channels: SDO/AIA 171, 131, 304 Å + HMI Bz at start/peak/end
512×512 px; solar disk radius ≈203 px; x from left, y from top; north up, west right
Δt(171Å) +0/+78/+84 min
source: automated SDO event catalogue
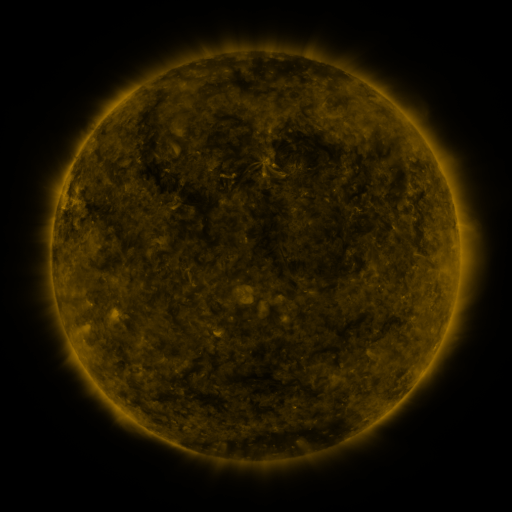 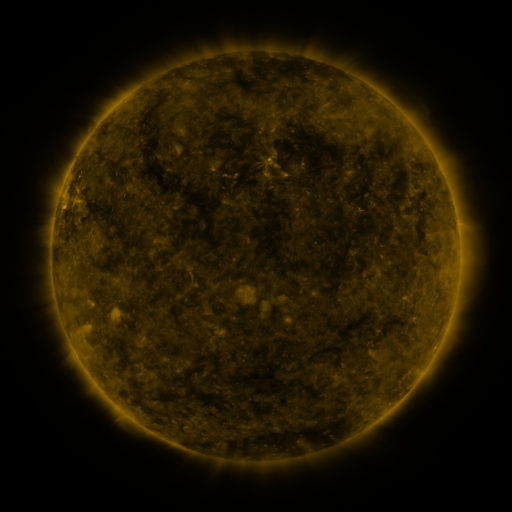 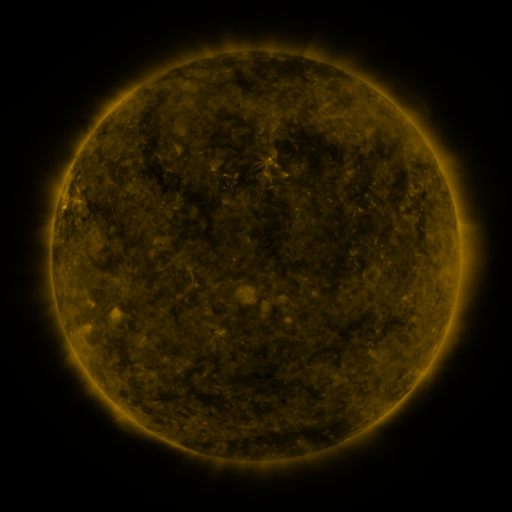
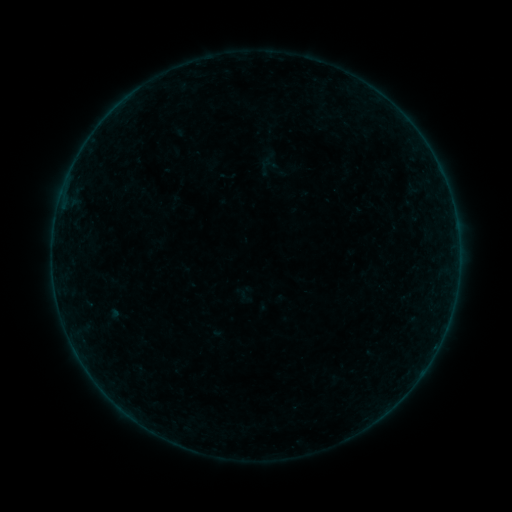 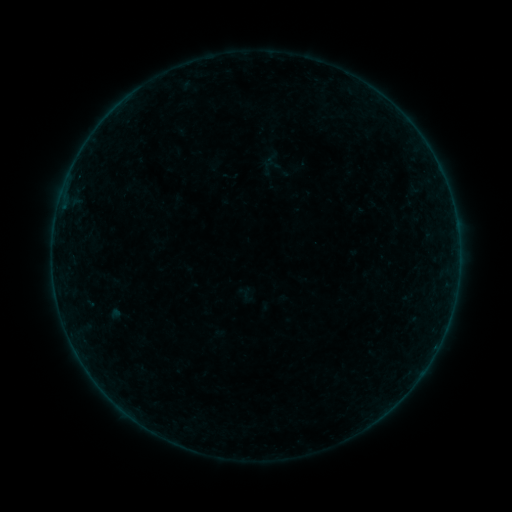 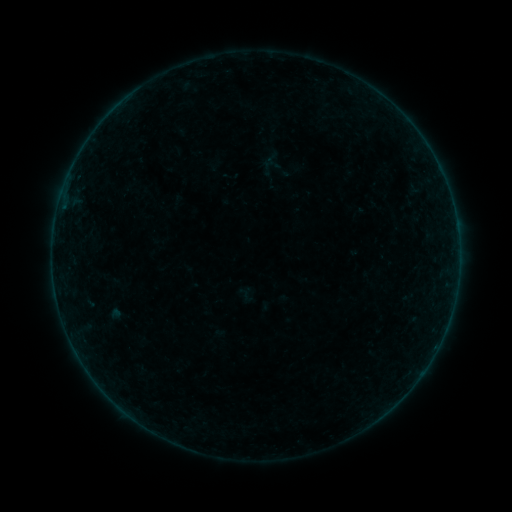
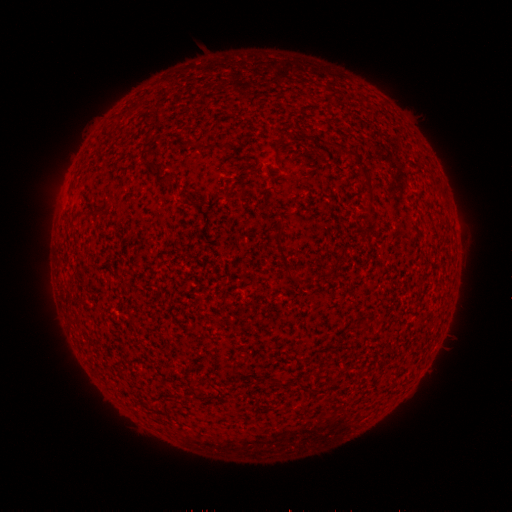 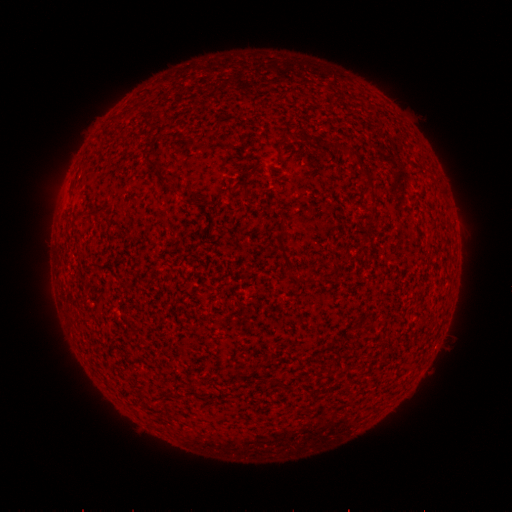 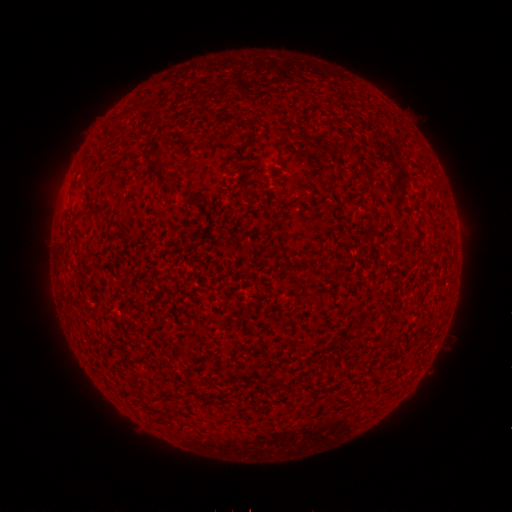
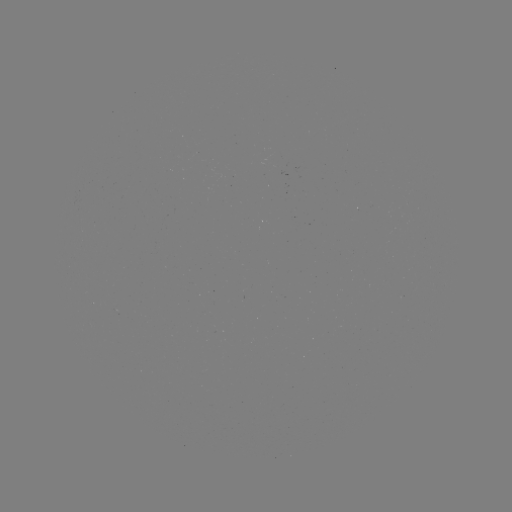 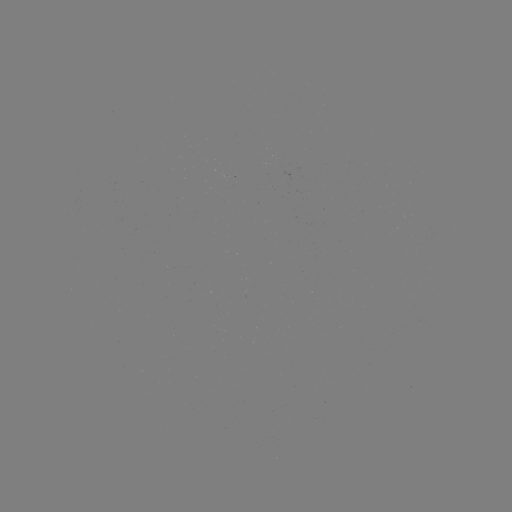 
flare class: B5.3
